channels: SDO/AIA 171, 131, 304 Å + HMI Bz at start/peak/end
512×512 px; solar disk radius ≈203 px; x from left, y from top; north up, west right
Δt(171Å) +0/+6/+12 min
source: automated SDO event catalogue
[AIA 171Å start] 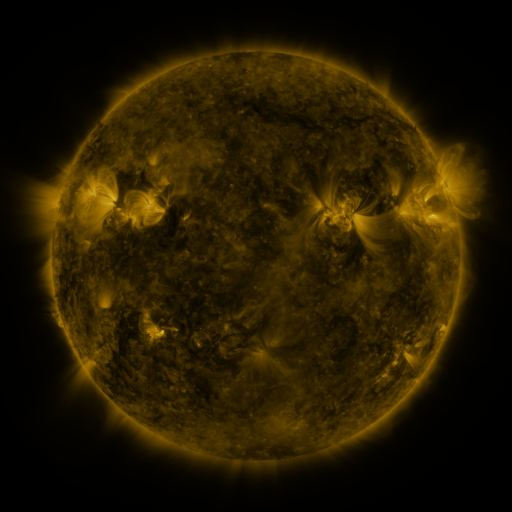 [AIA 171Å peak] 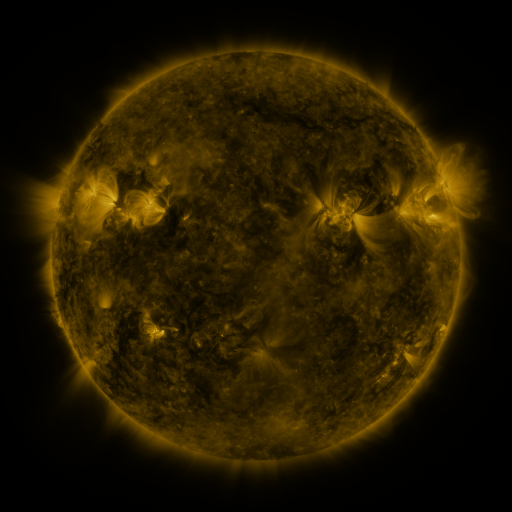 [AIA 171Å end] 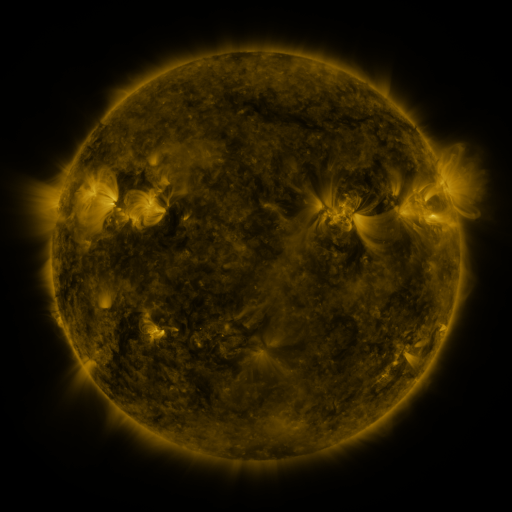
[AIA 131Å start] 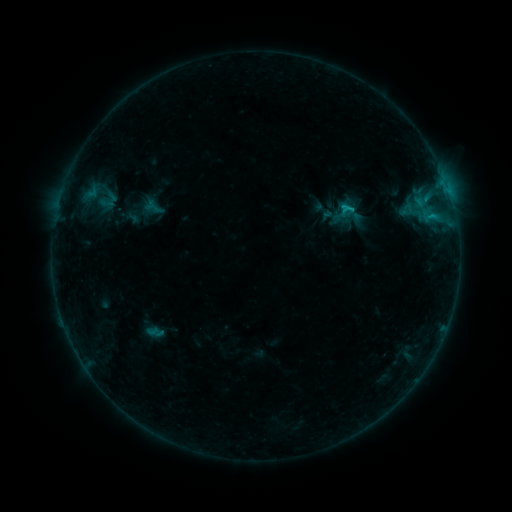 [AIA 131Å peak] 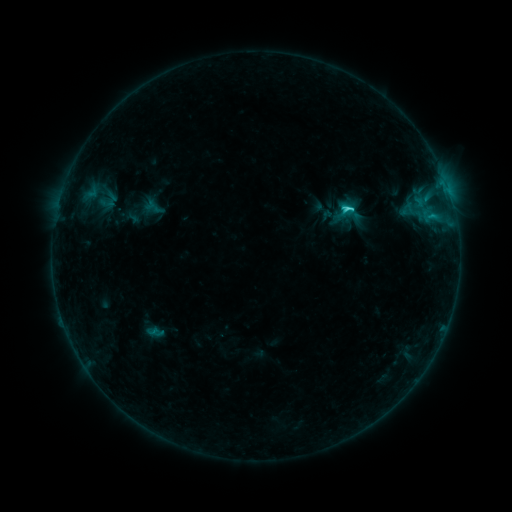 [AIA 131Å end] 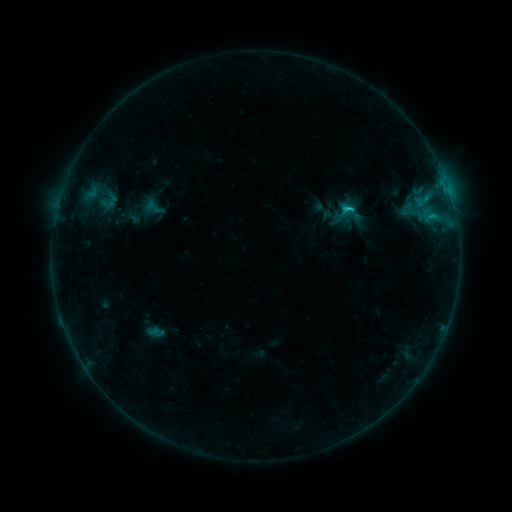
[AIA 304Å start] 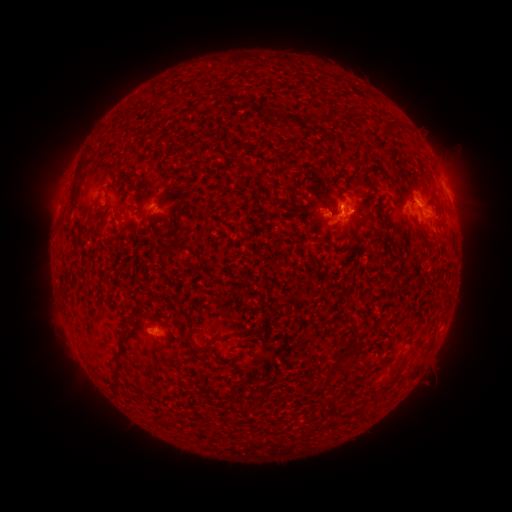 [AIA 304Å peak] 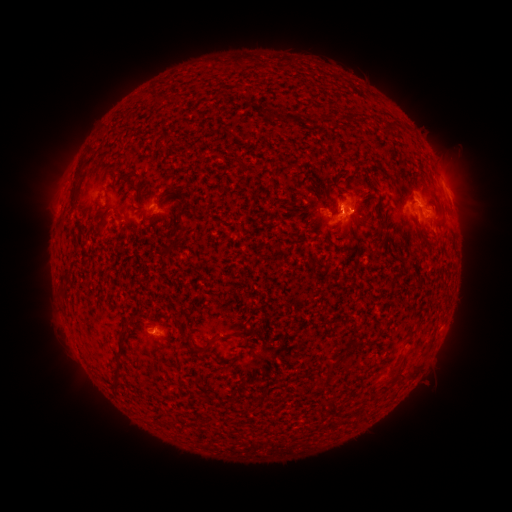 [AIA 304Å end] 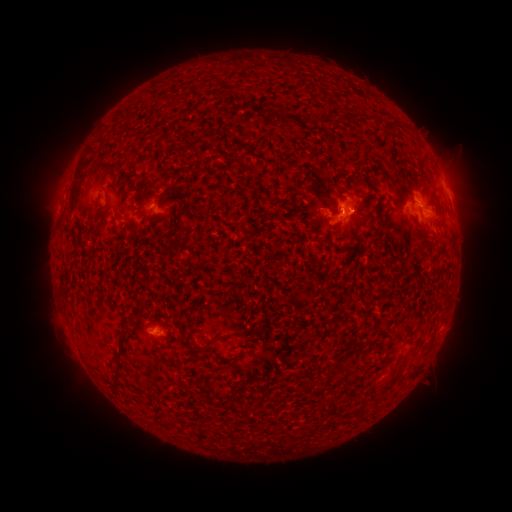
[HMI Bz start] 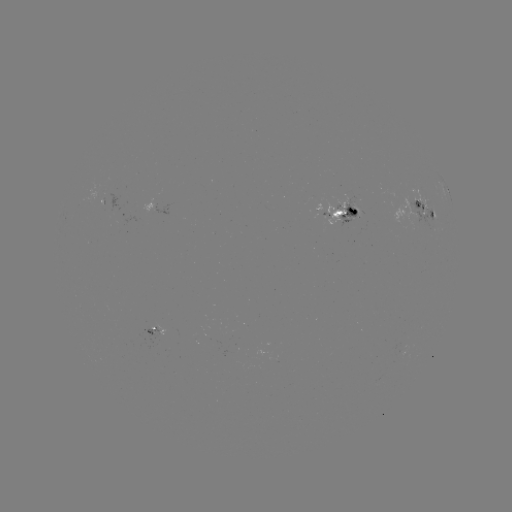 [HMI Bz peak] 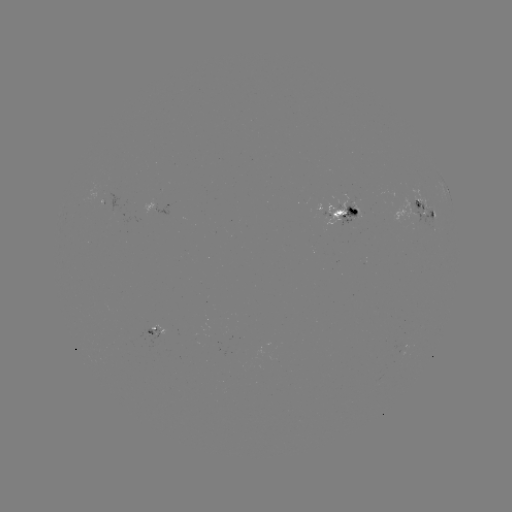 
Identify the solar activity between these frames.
C1.8 flare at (341, 211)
